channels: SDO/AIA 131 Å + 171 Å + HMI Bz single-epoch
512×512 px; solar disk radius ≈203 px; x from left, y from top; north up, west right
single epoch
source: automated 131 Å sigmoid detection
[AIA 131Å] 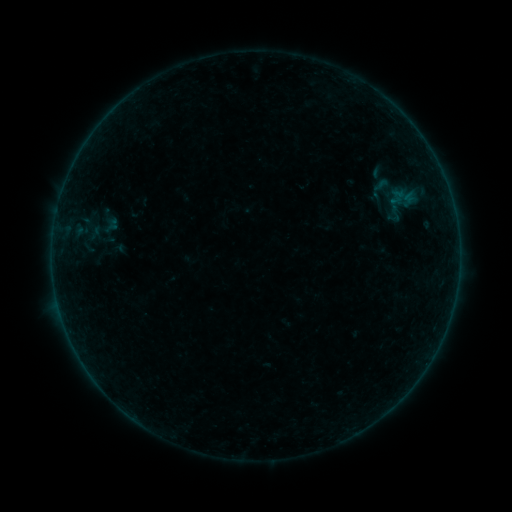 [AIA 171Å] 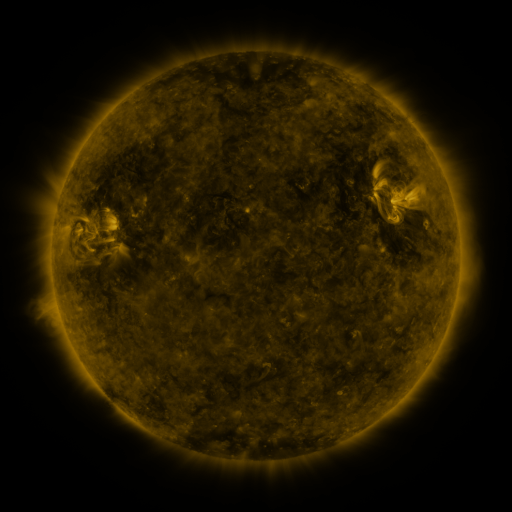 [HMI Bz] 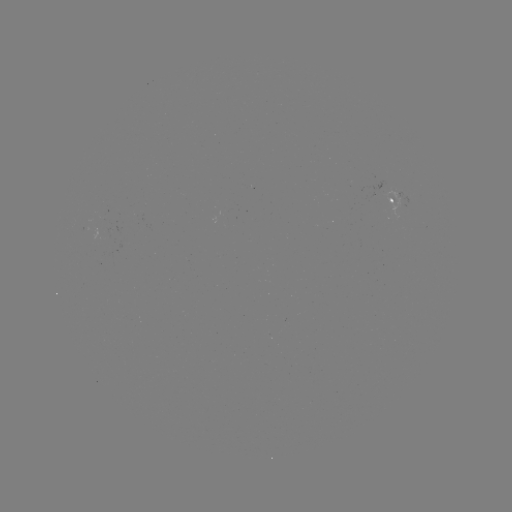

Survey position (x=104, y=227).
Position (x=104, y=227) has sigmoid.